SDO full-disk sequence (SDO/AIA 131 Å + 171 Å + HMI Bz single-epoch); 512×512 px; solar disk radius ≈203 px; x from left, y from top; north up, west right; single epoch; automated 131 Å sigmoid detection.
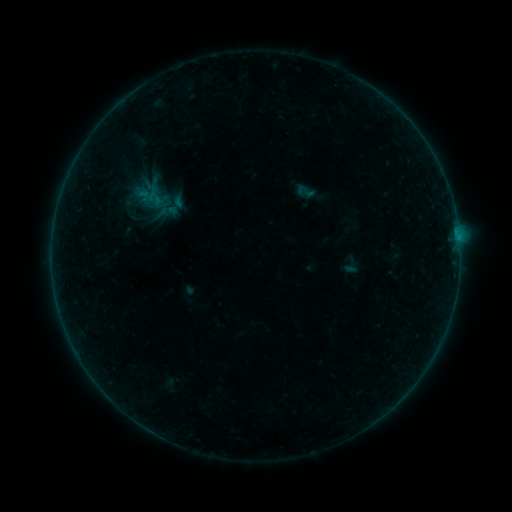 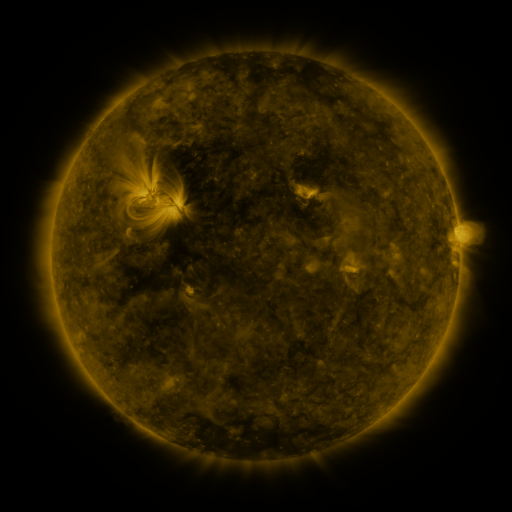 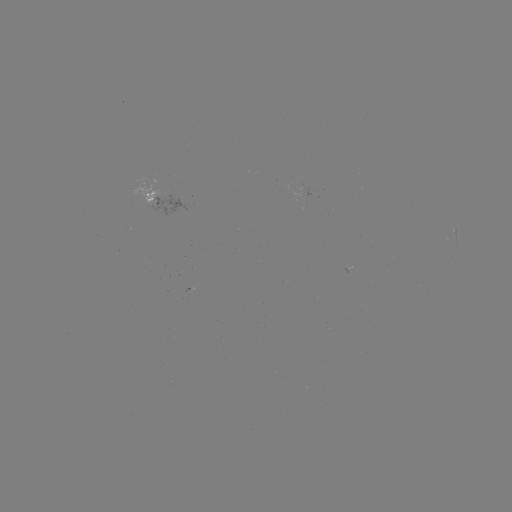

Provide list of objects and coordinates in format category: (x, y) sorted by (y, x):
sigmoid: (305, 191)
